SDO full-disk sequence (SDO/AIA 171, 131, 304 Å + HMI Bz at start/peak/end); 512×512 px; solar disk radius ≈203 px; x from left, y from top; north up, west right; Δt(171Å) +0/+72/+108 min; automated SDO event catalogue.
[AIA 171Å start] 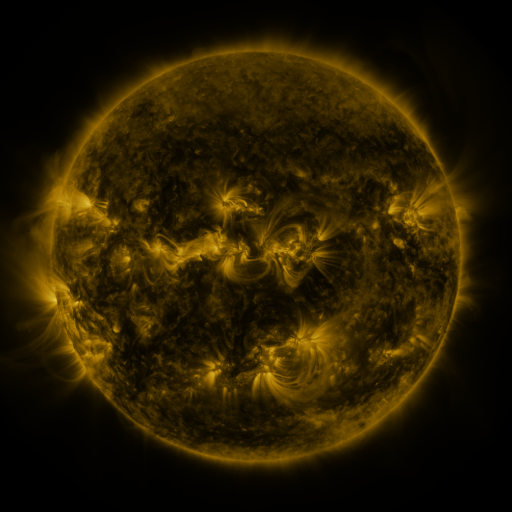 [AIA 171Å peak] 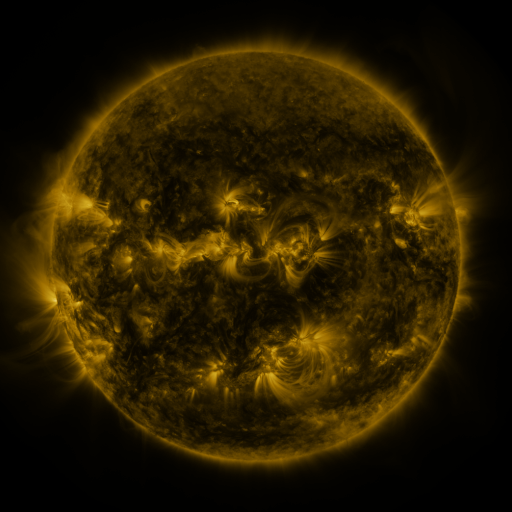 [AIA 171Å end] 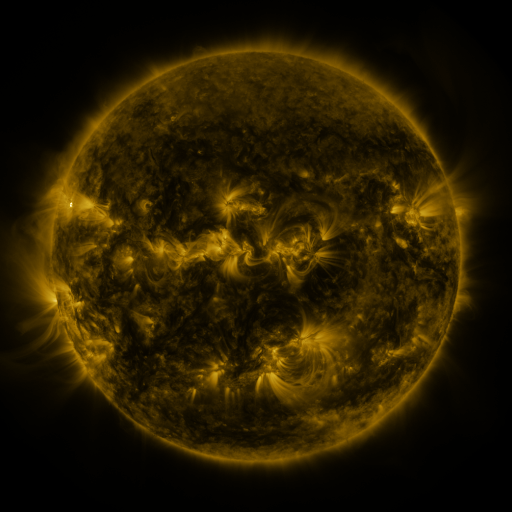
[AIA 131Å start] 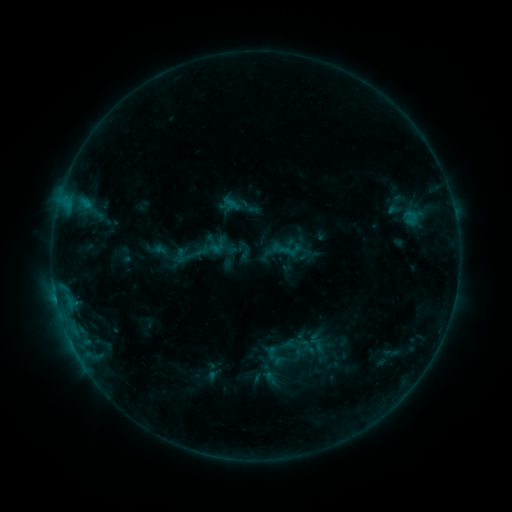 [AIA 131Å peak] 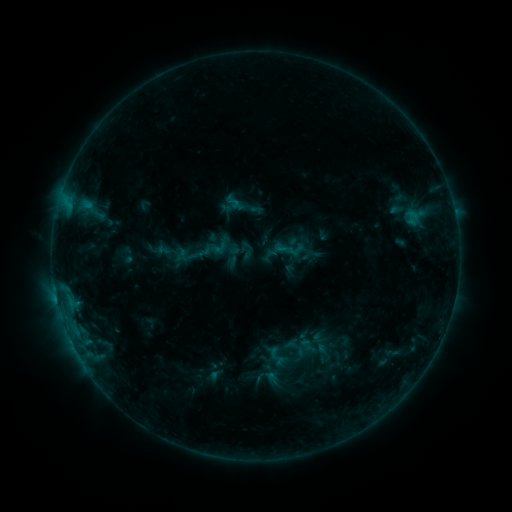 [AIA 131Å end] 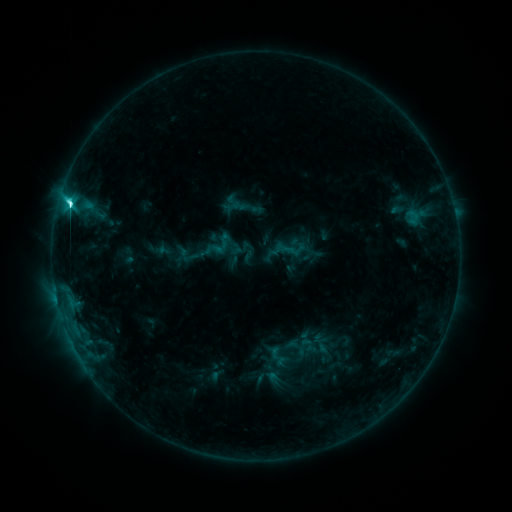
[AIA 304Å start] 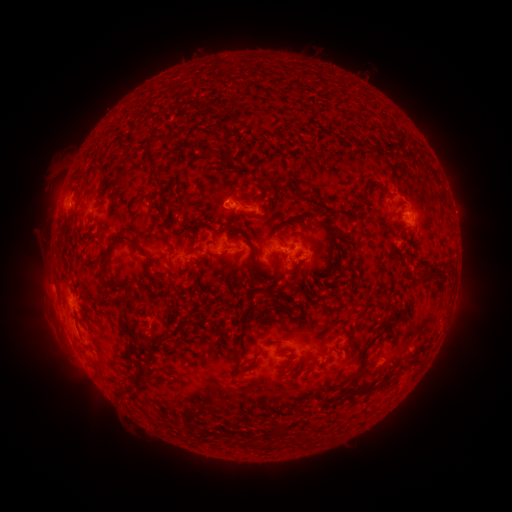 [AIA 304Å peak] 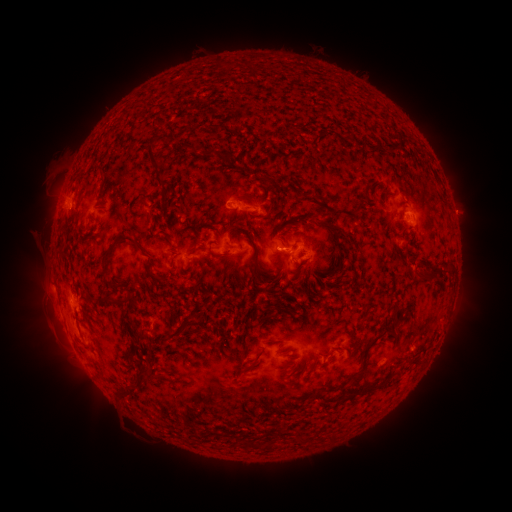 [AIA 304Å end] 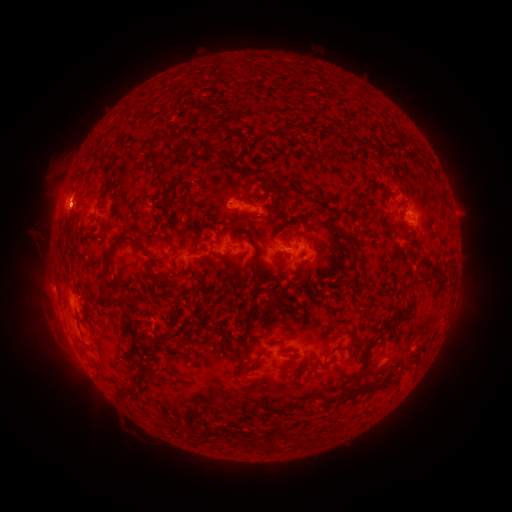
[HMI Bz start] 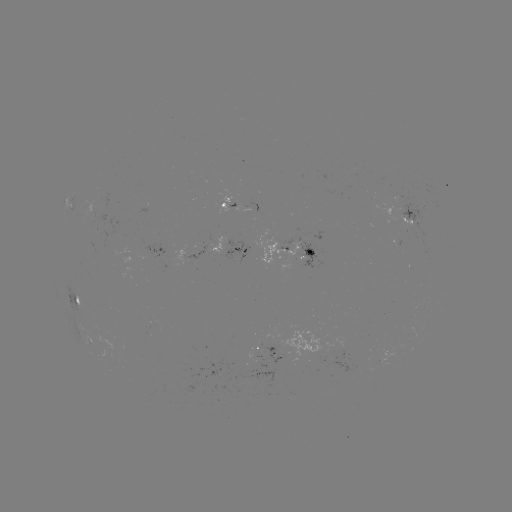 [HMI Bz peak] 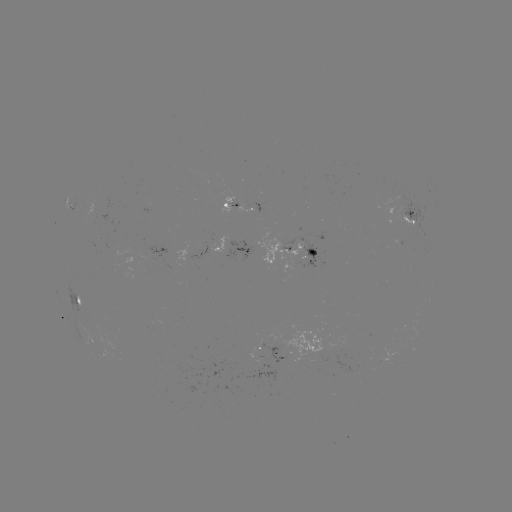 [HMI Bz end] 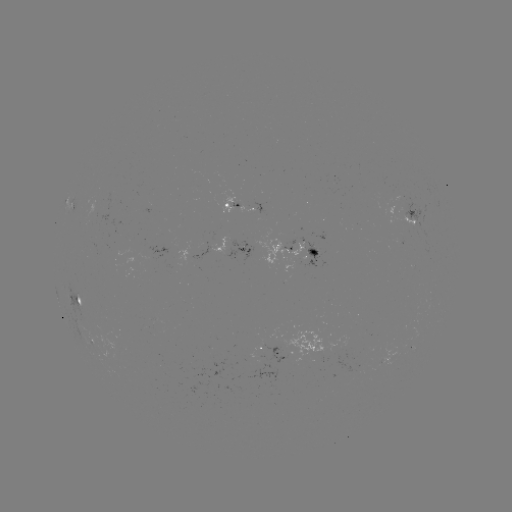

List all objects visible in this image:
emerging-flux region: (238, 204)
